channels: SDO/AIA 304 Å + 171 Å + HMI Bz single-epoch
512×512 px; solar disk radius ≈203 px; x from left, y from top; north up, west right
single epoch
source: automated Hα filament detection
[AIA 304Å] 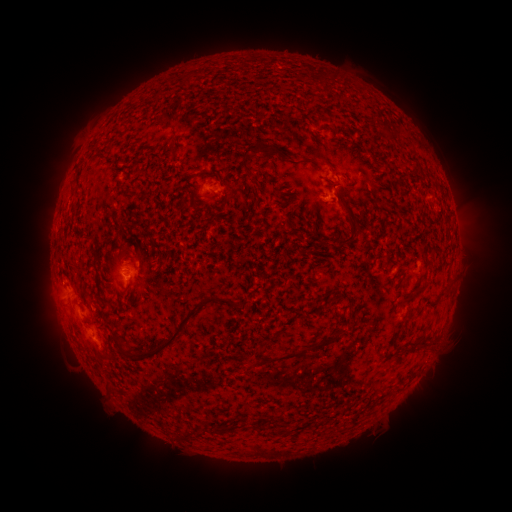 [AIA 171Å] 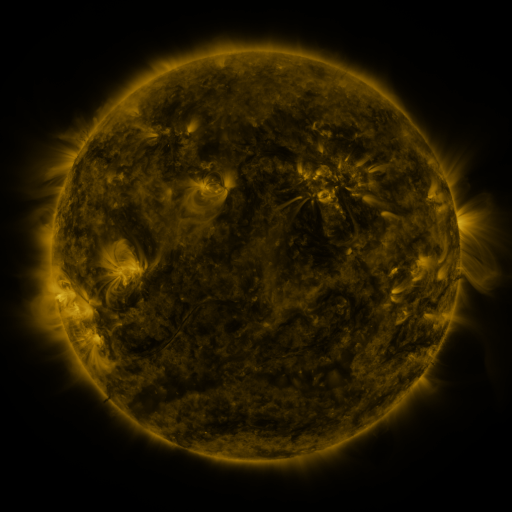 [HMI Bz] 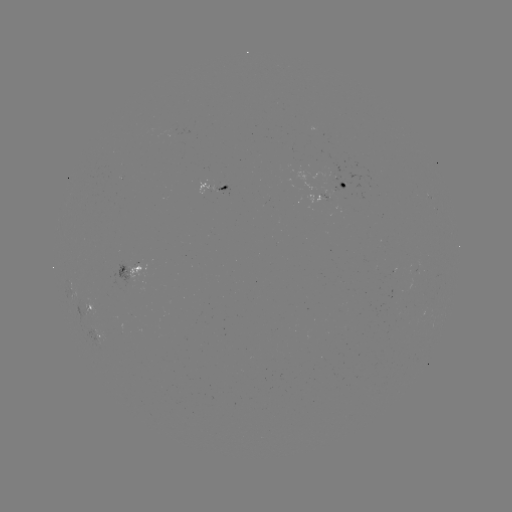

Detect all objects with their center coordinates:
filament: (394, 138)
filament: (258, 149)
filament: (173, 151)
filament: (352, 218)
filament: (348, 241)
filament: (128, 286)
filament: (419, 292)
filament: (177, 331)
filament: (117, 343)
filament: (302, 354)
